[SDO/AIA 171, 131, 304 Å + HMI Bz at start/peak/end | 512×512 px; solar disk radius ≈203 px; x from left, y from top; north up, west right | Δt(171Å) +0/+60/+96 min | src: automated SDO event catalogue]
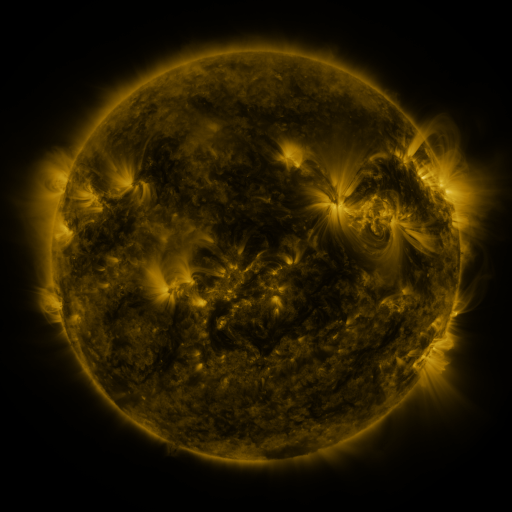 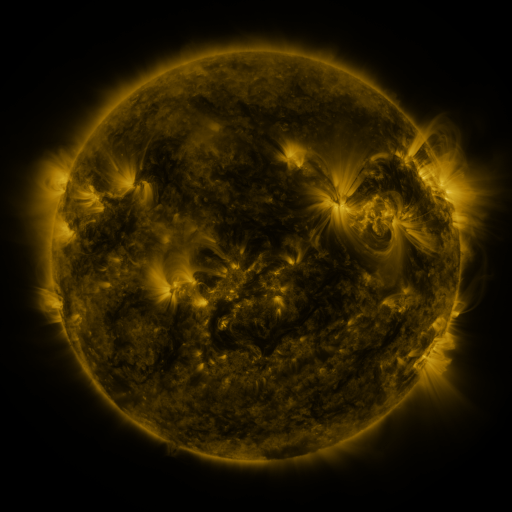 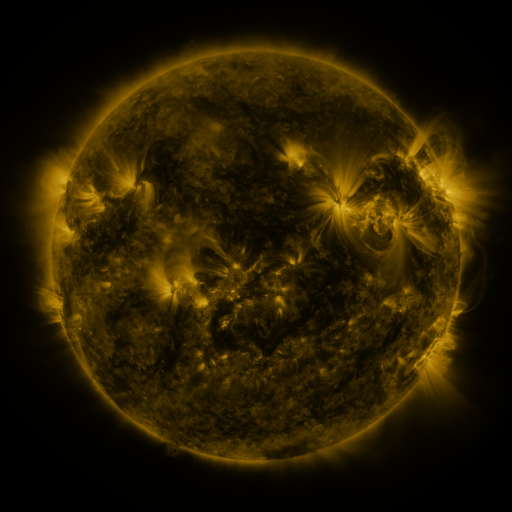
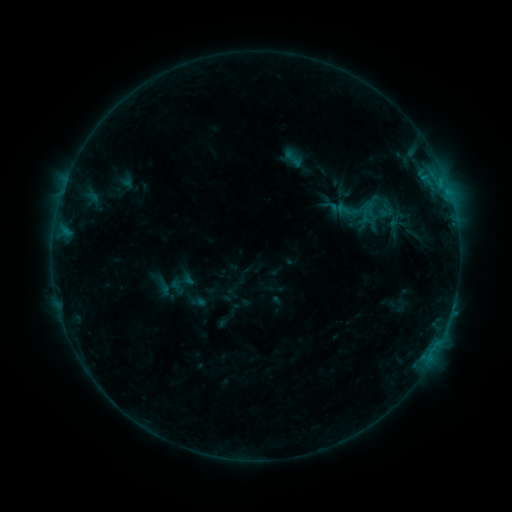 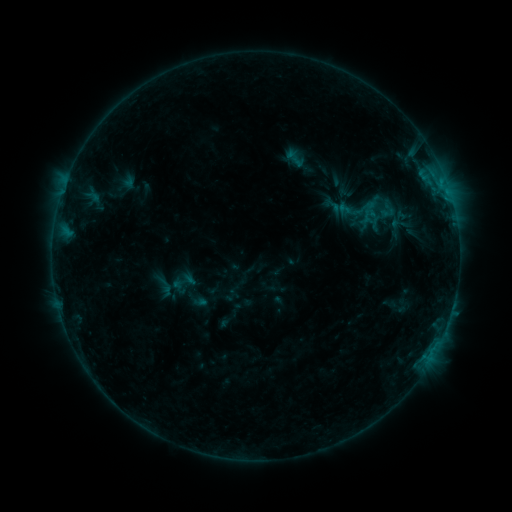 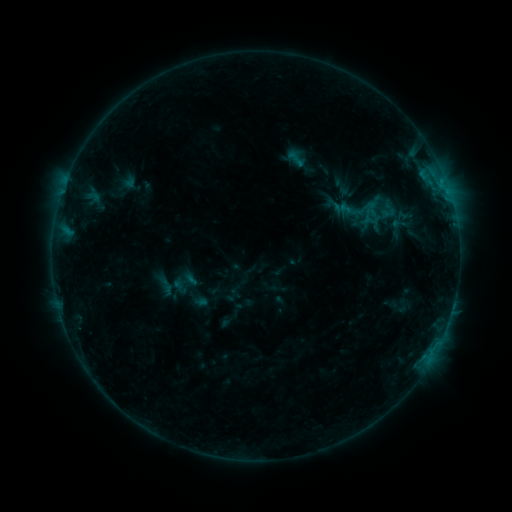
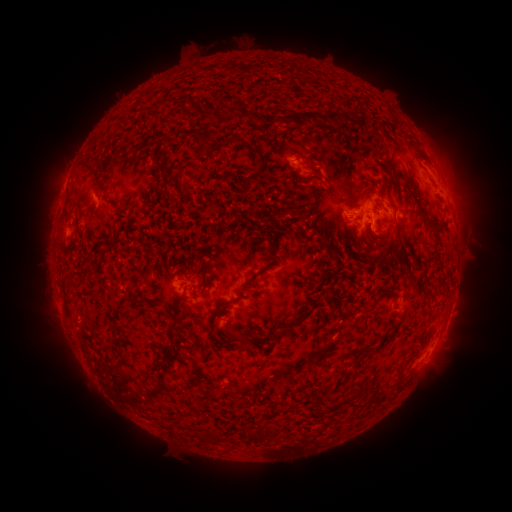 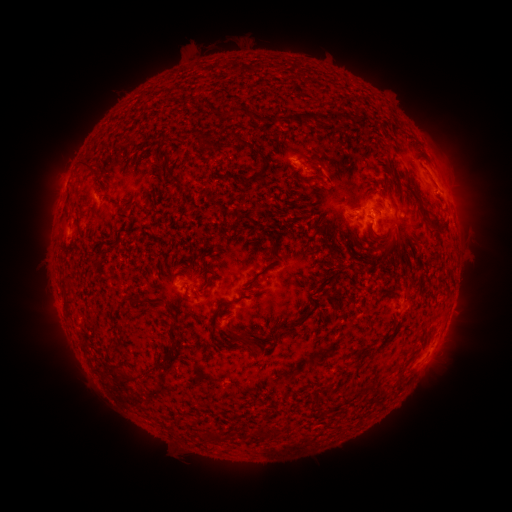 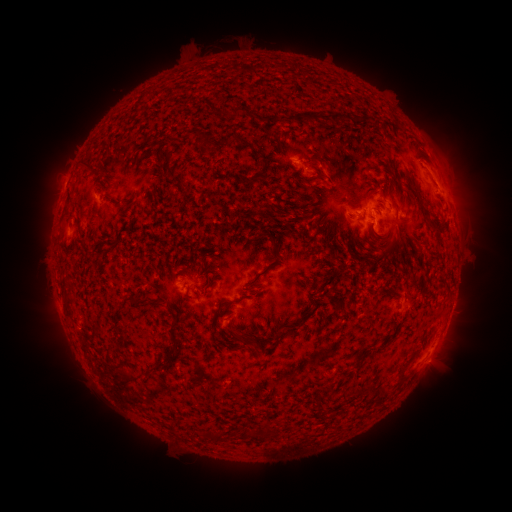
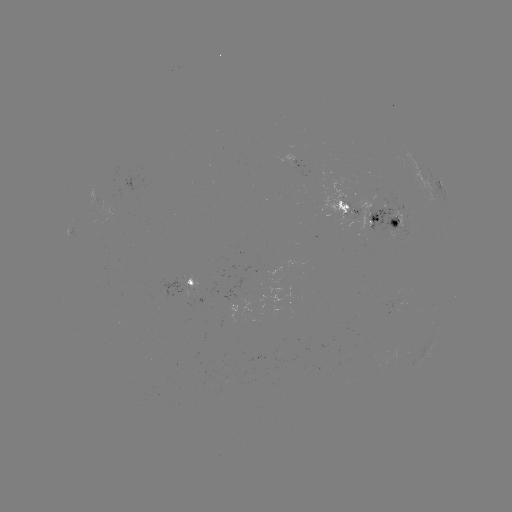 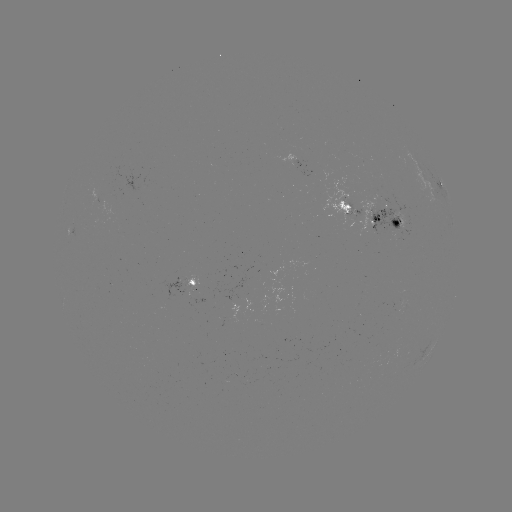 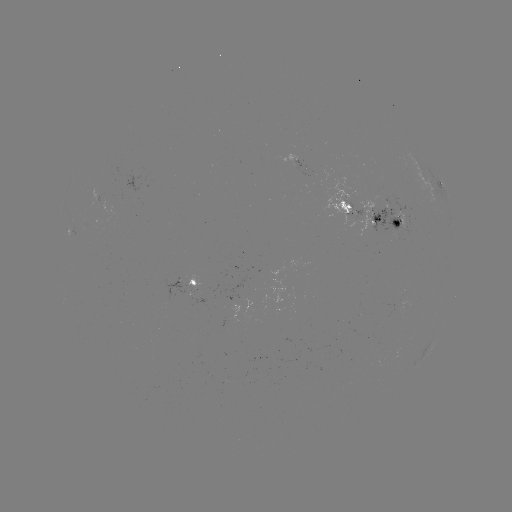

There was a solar emerging-flux region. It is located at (406, 219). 